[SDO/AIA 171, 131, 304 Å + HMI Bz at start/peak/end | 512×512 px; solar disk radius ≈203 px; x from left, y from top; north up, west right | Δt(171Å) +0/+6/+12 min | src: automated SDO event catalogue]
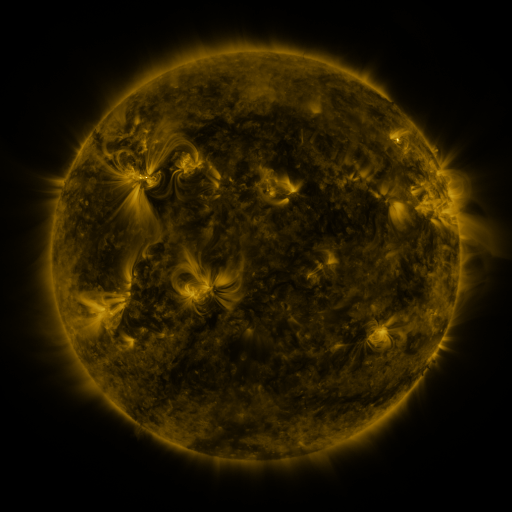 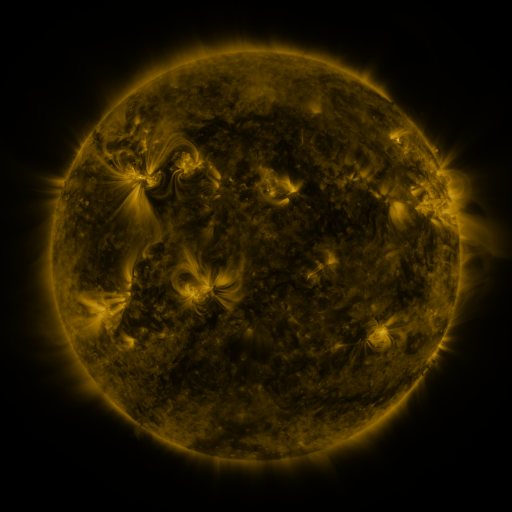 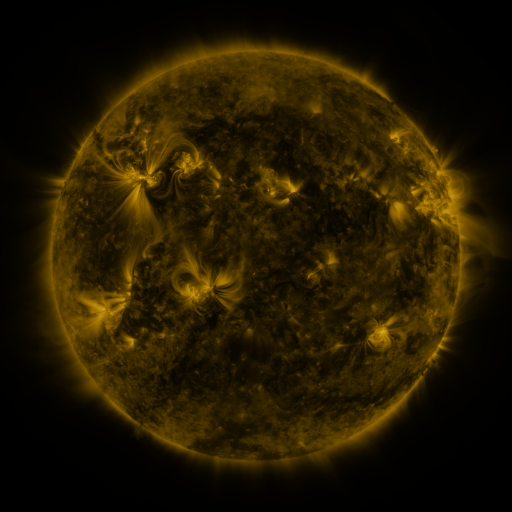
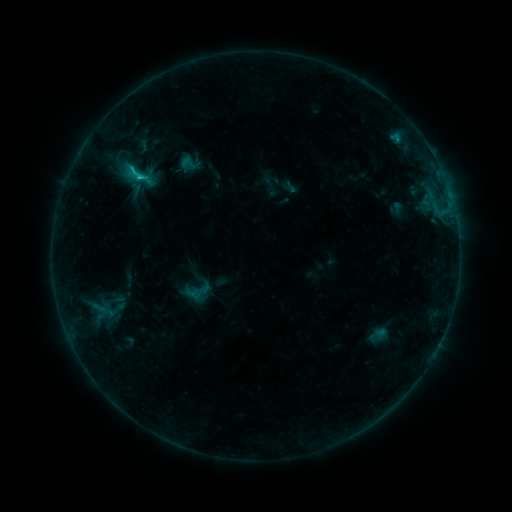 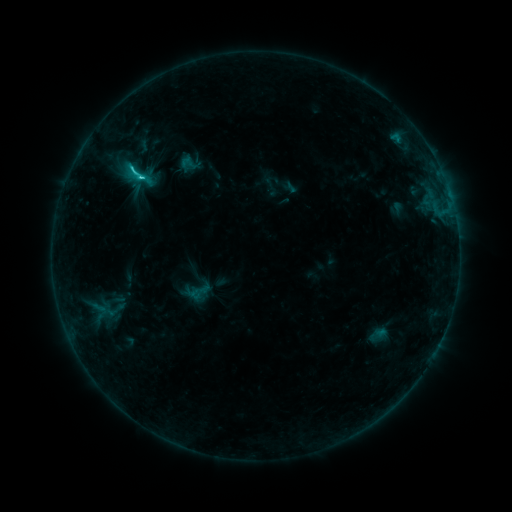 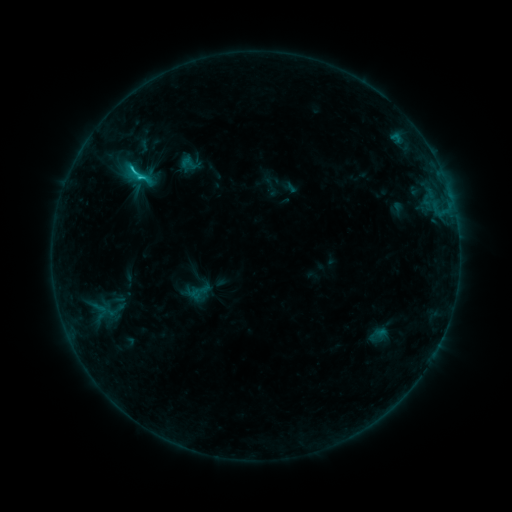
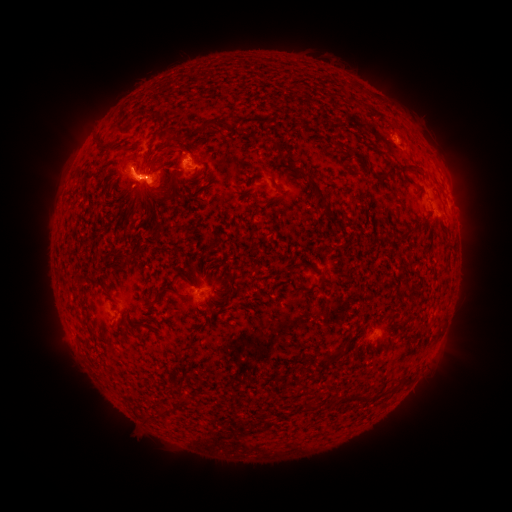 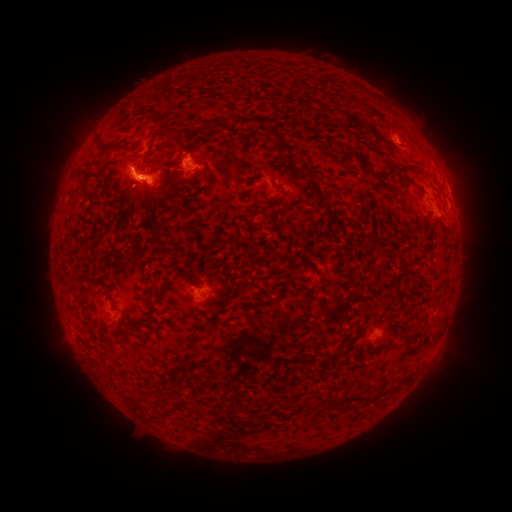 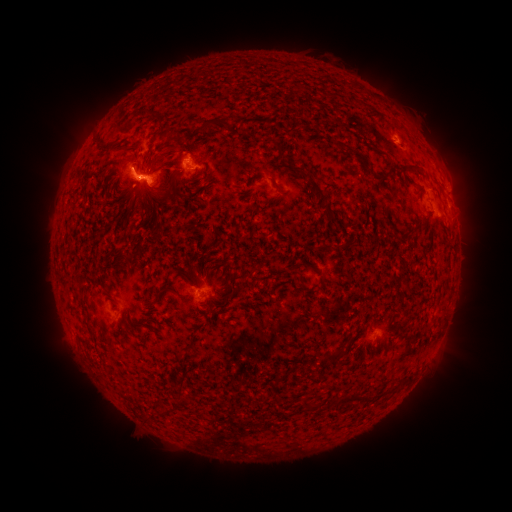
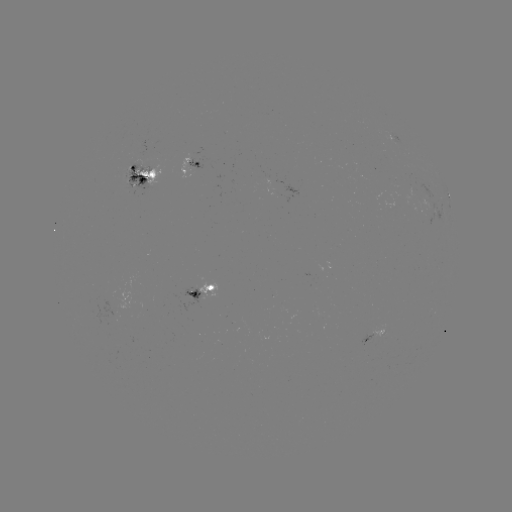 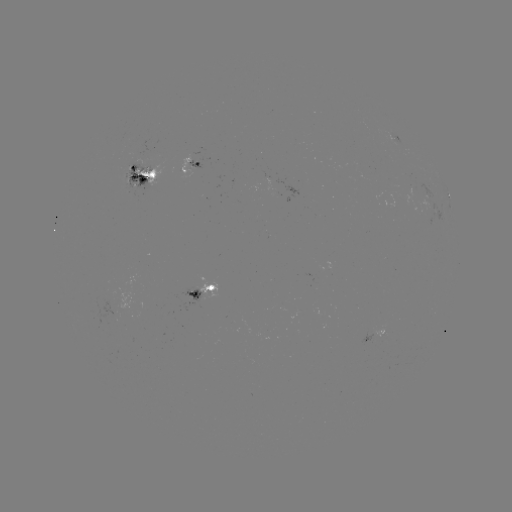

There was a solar flare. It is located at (140, 180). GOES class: C2.8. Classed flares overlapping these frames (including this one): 1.